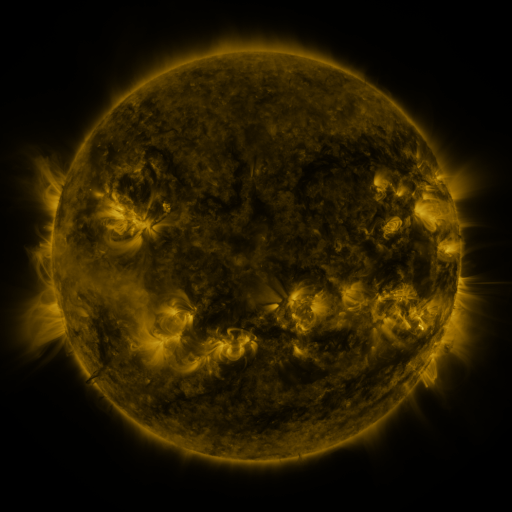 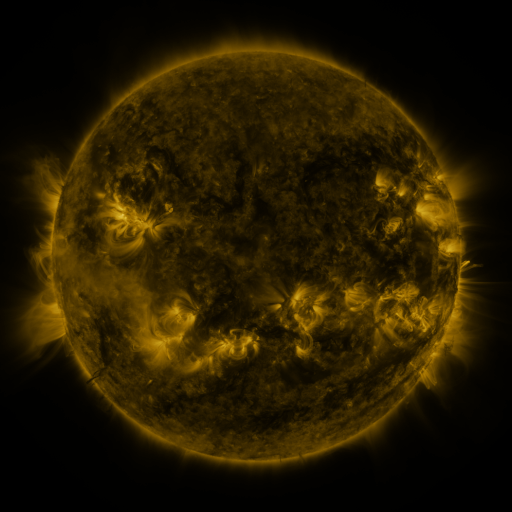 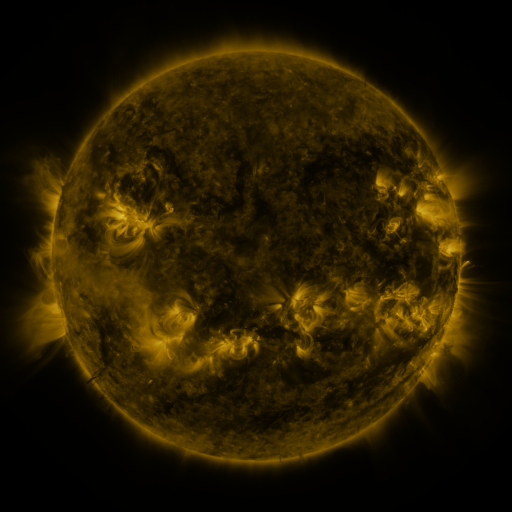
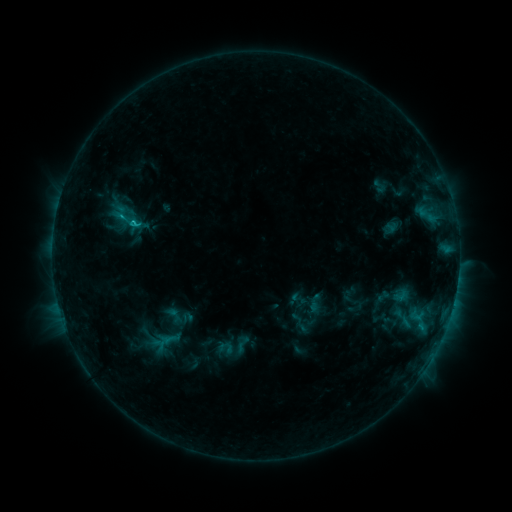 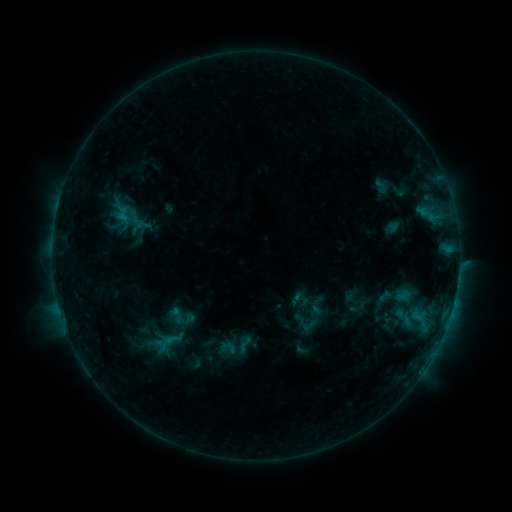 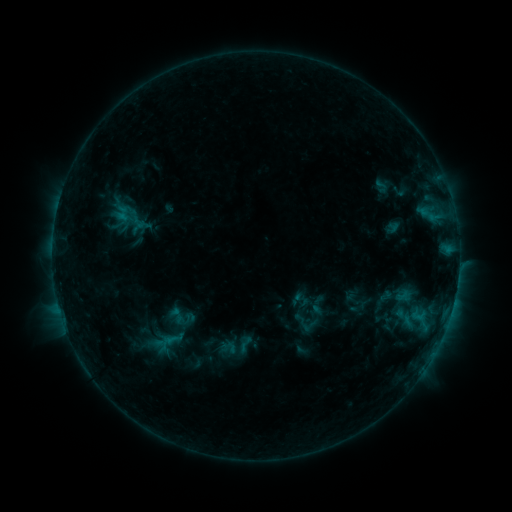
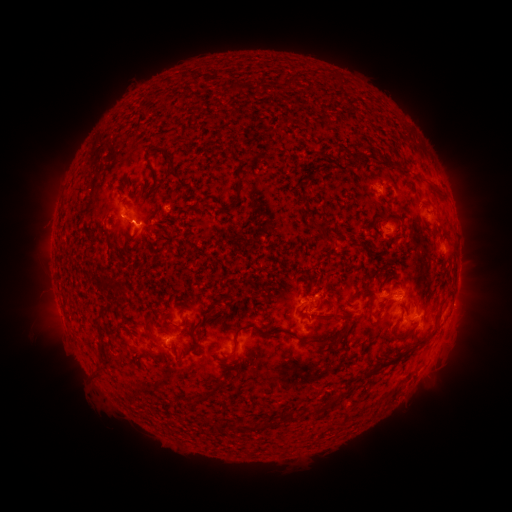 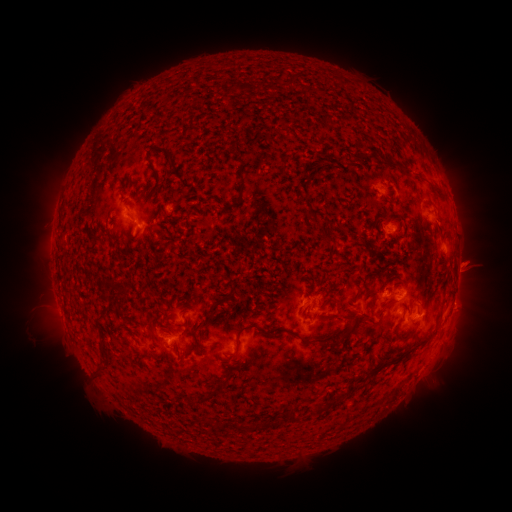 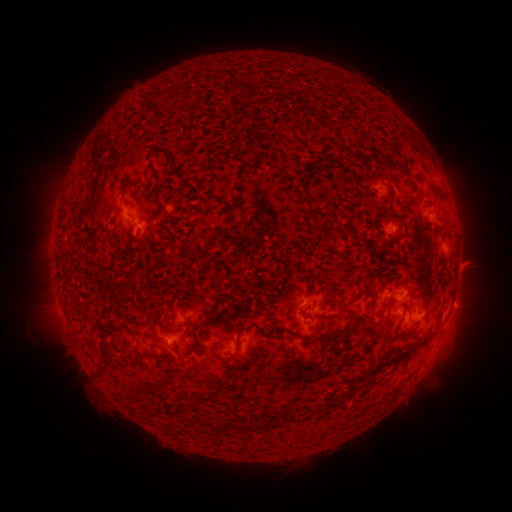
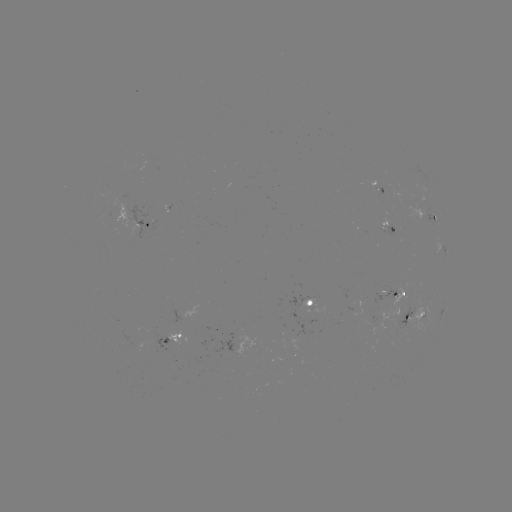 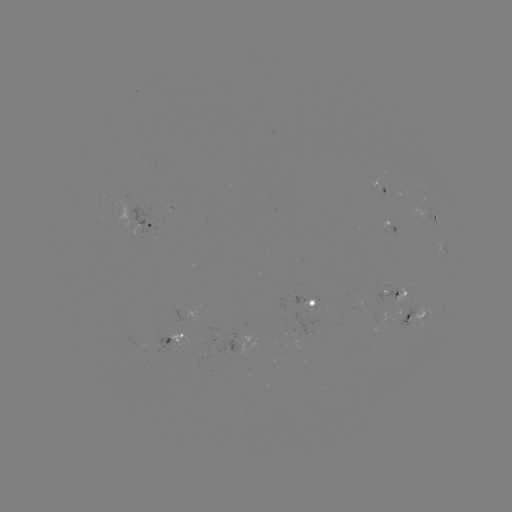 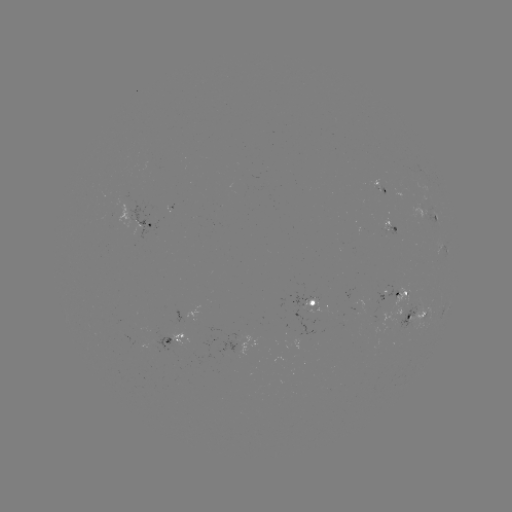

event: emerging-flux region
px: (407, 323)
